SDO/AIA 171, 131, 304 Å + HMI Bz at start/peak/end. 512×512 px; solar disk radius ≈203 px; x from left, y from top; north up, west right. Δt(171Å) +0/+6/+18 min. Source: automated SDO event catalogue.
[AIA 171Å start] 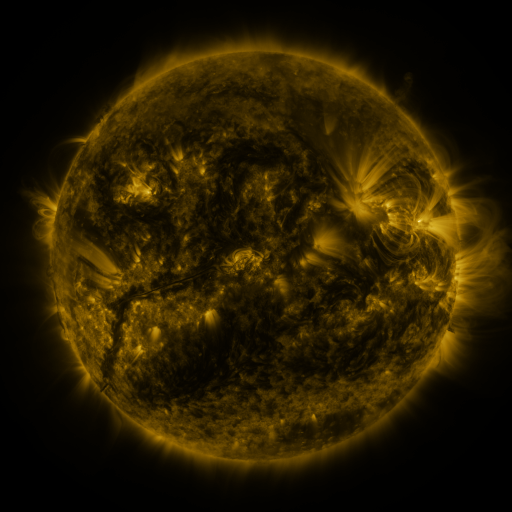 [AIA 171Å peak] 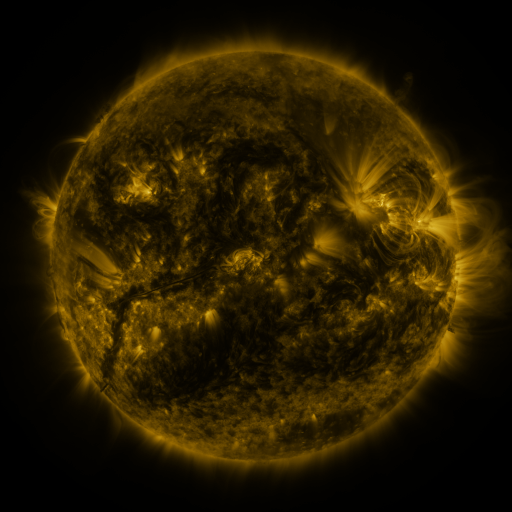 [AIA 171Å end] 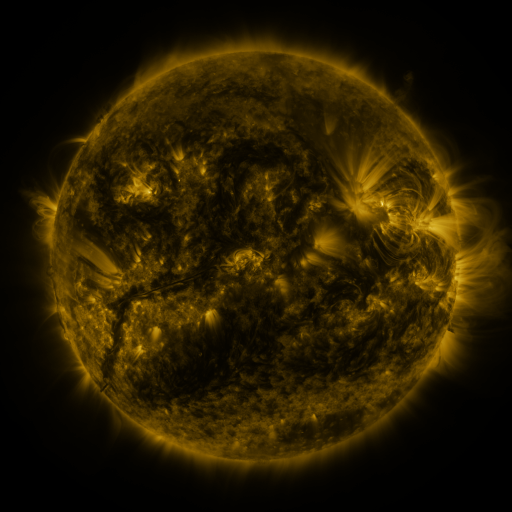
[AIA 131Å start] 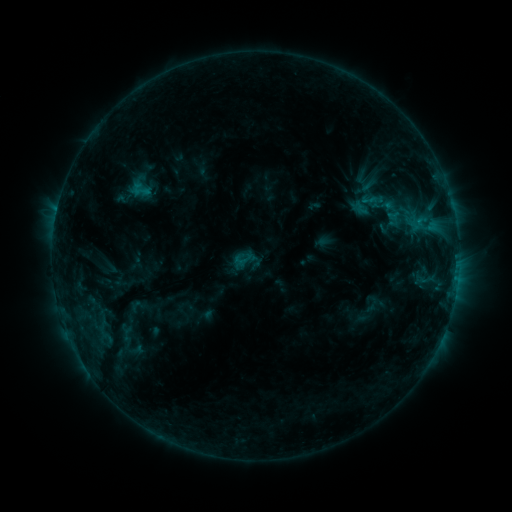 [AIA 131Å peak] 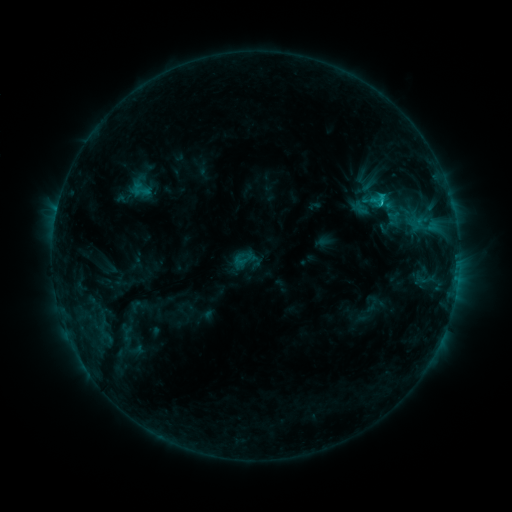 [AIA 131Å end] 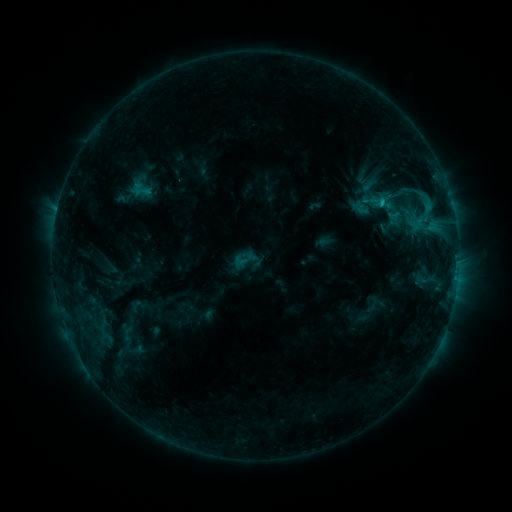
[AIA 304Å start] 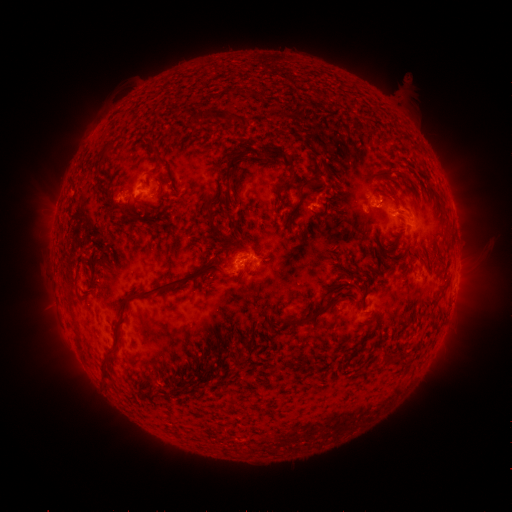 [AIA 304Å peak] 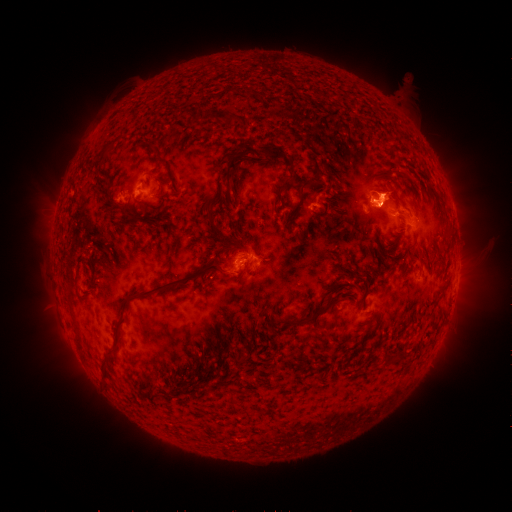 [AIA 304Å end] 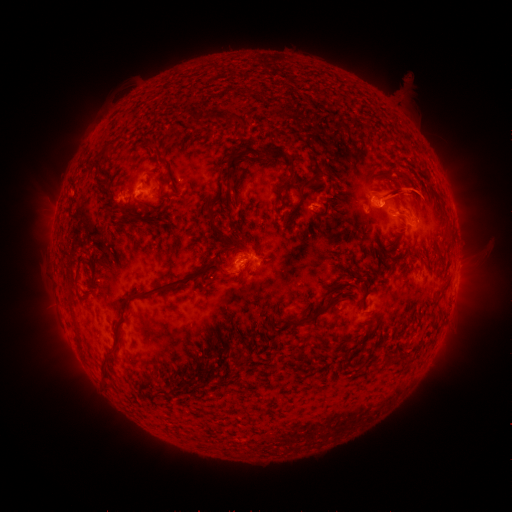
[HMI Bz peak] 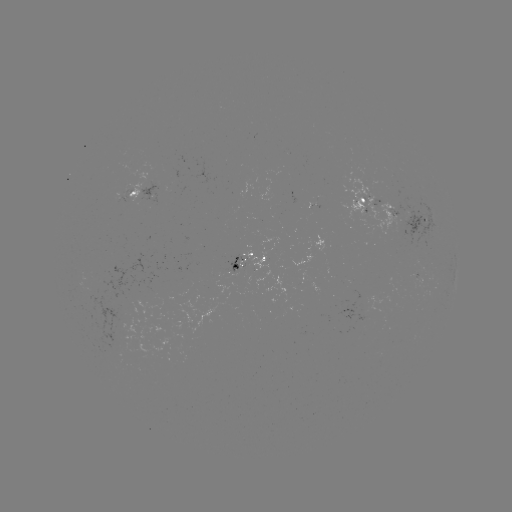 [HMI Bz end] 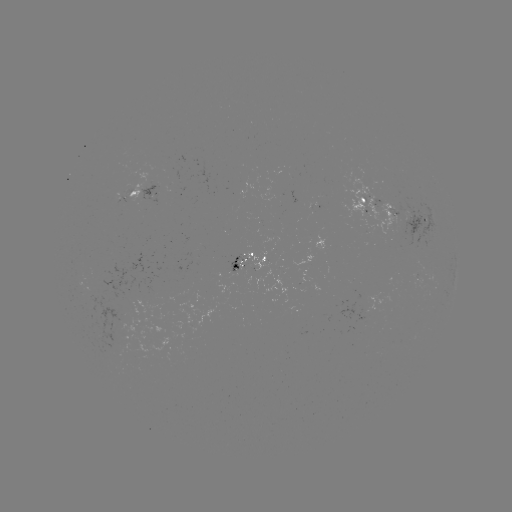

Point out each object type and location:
C1.5 flare: (379, 203)
